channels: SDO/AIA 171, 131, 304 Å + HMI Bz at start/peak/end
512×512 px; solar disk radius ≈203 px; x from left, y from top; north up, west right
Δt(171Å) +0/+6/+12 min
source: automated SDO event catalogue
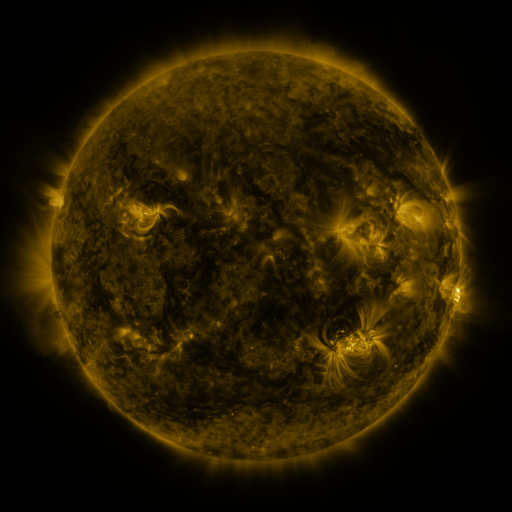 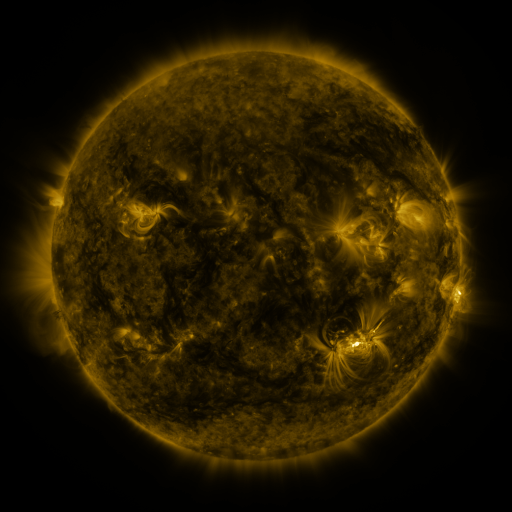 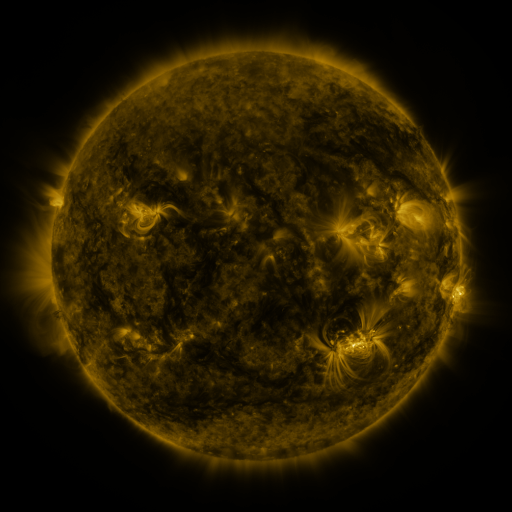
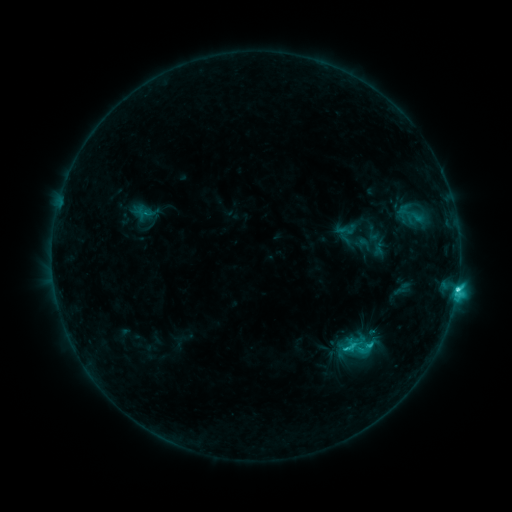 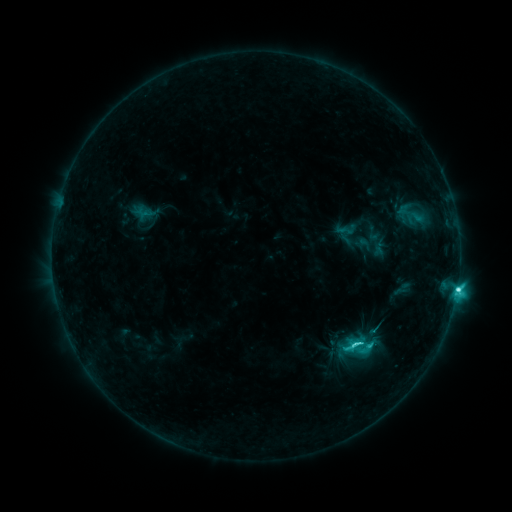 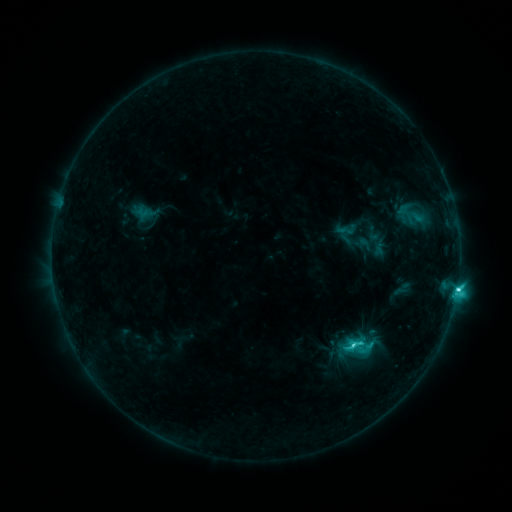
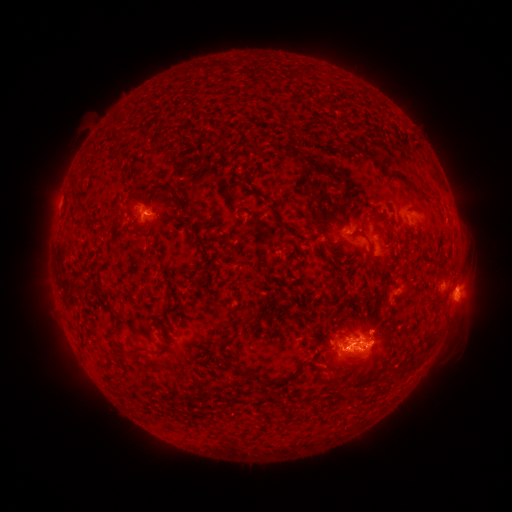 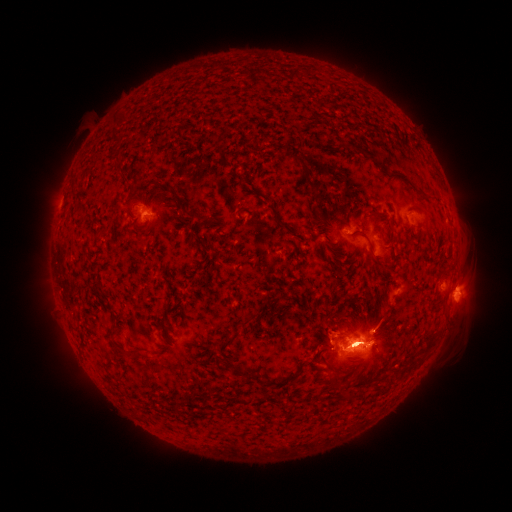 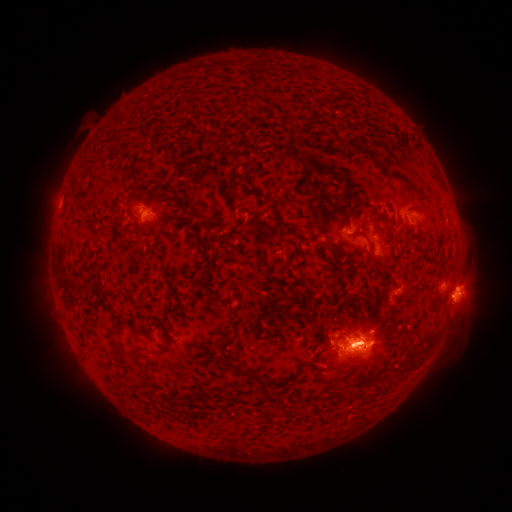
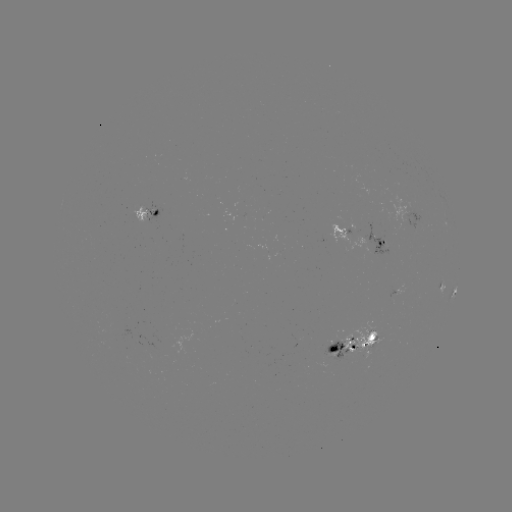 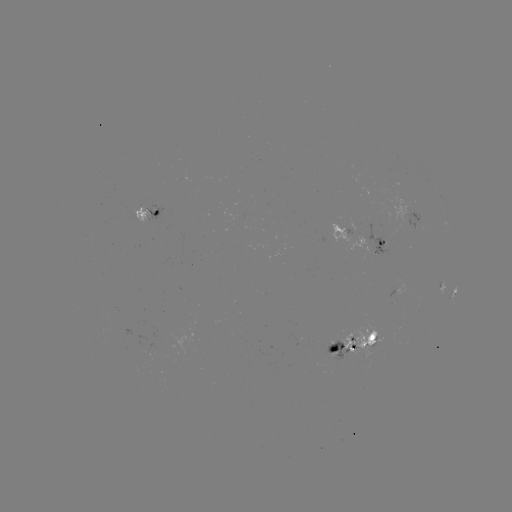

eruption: [310, 303, 379, 393]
